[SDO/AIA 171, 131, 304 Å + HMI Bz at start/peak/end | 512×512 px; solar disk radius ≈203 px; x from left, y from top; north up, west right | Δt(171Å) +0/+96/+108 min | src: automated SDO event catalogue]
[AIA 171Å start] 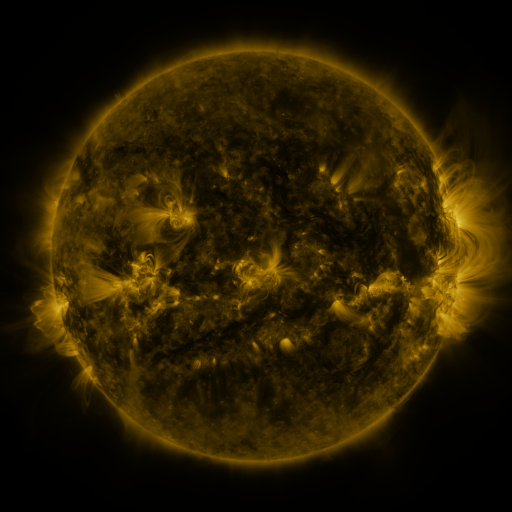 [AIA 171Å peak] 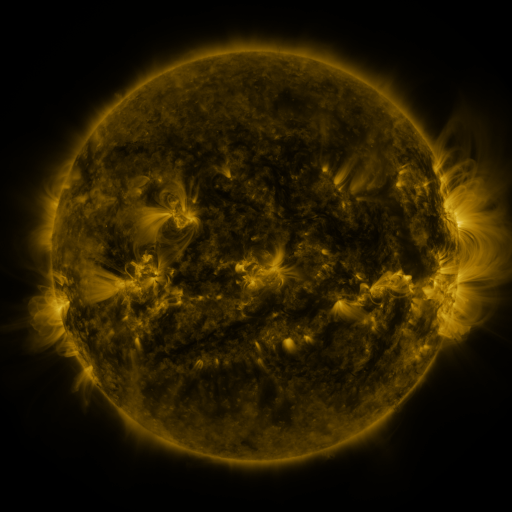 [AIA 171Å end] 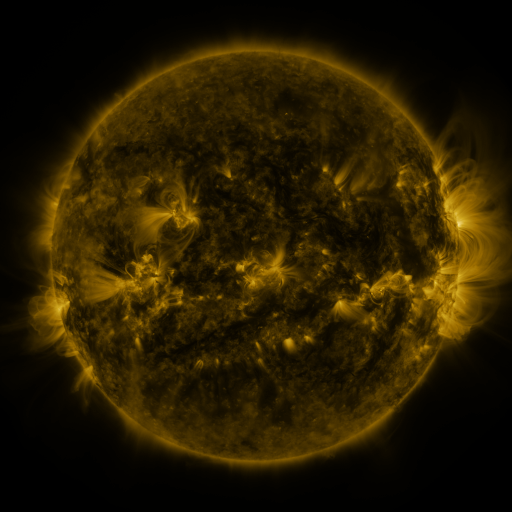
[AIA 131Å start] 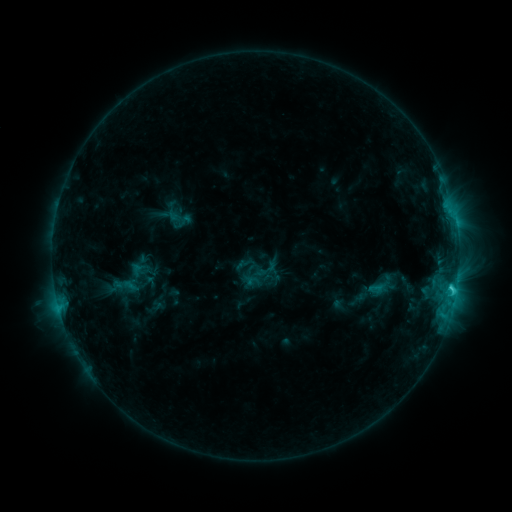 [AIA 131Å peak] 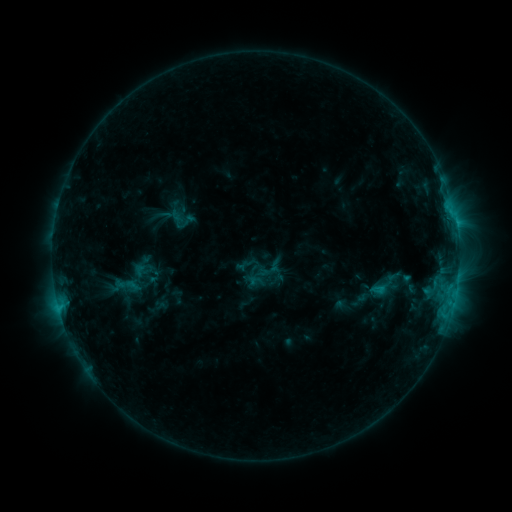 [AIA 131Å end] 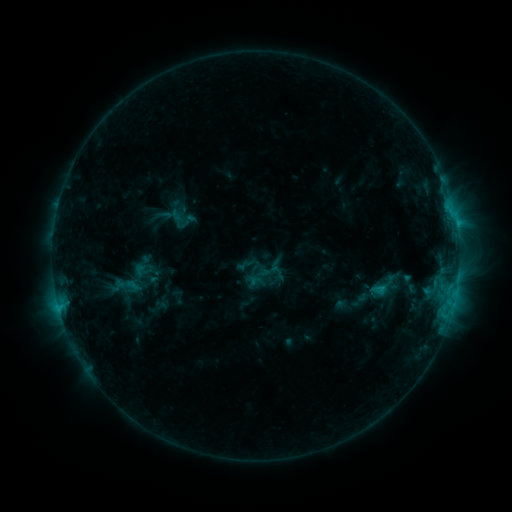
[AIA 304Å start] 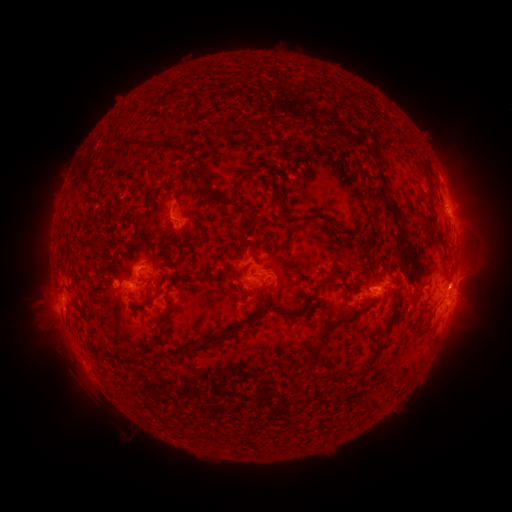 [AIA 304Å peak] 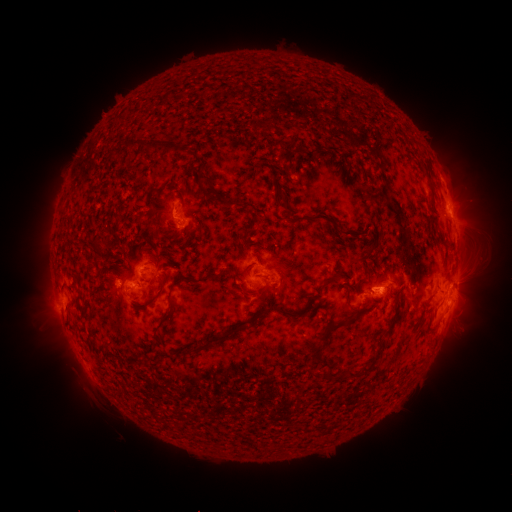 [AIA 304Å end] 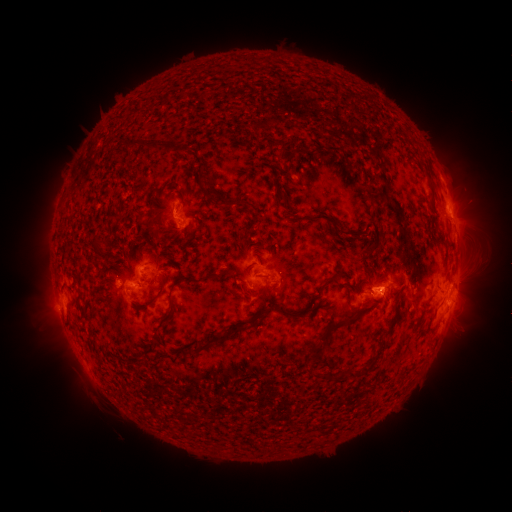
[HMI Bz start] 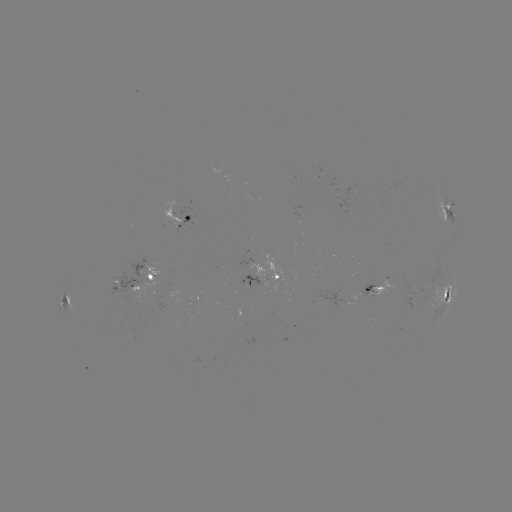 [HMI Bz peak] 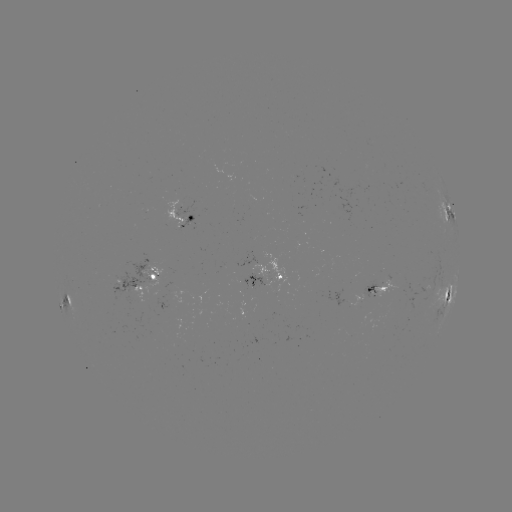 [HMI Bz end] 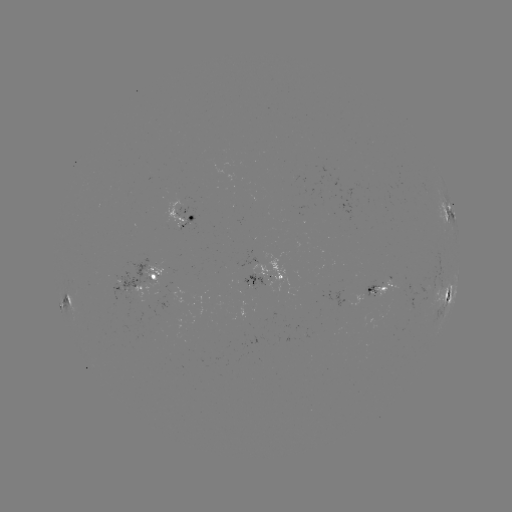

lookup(emerging-flux region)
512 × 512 (371, 292)